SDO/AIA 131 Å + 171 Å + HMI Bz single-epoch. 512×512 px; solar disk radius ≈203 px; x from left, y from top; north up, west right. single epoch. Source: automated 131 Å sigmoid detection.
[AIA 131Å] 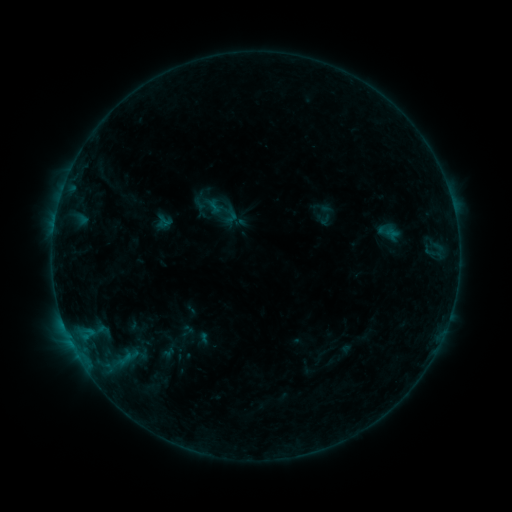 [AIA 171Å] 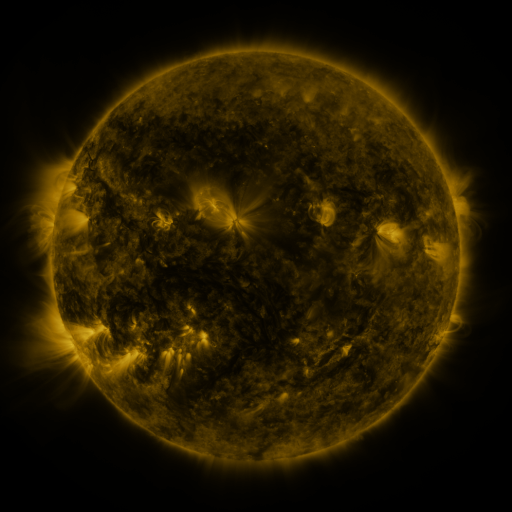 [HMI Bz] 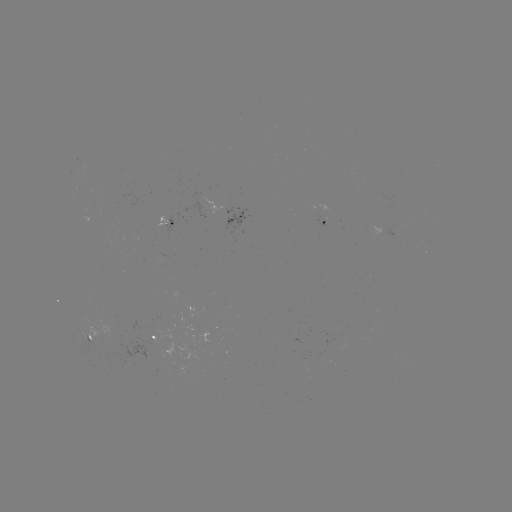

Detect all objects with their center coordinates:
sigmoid: (327, 214)
